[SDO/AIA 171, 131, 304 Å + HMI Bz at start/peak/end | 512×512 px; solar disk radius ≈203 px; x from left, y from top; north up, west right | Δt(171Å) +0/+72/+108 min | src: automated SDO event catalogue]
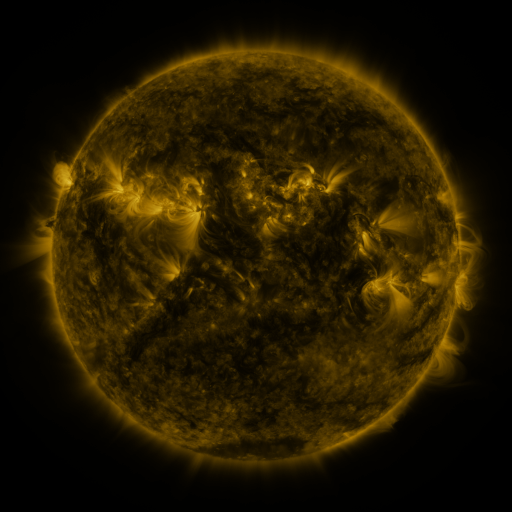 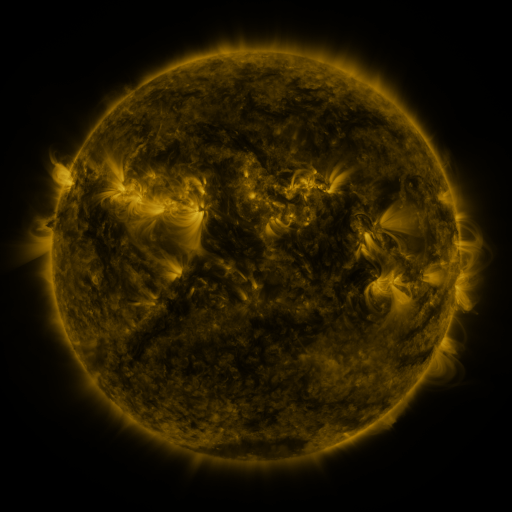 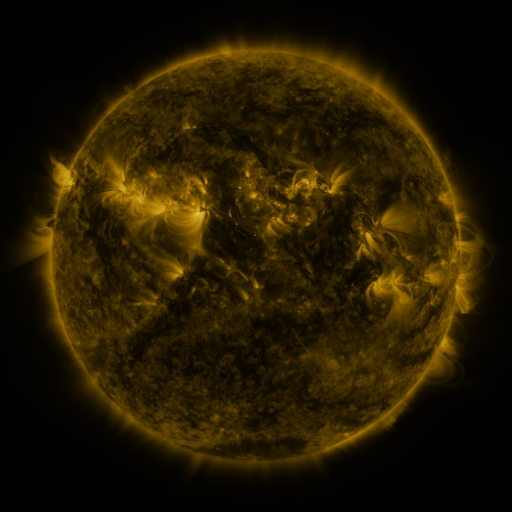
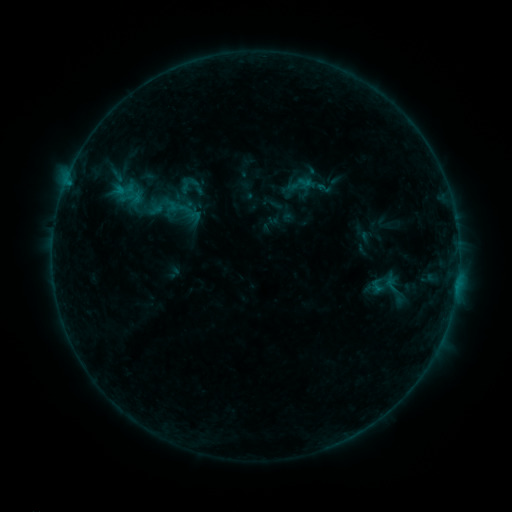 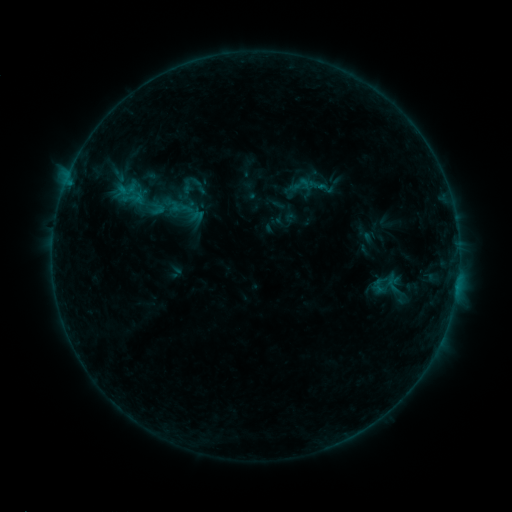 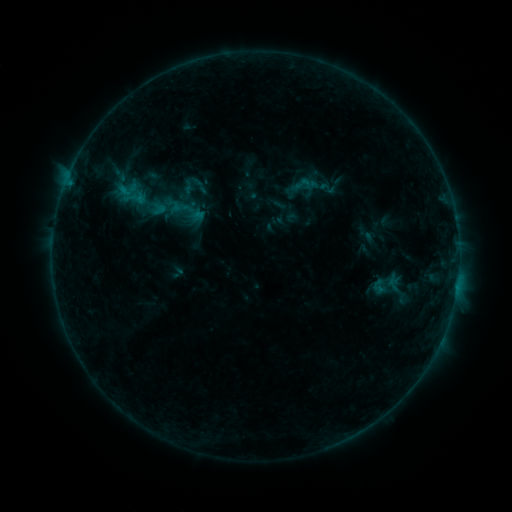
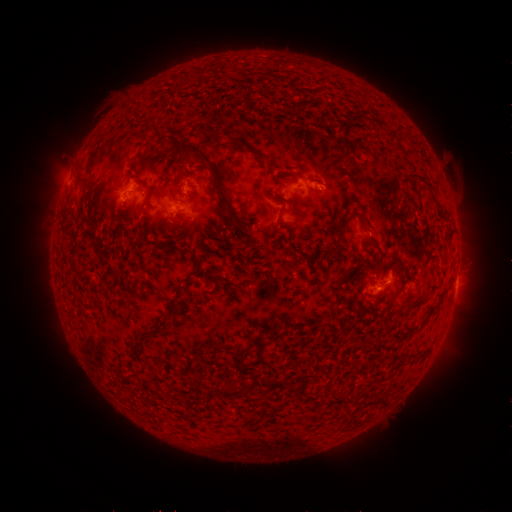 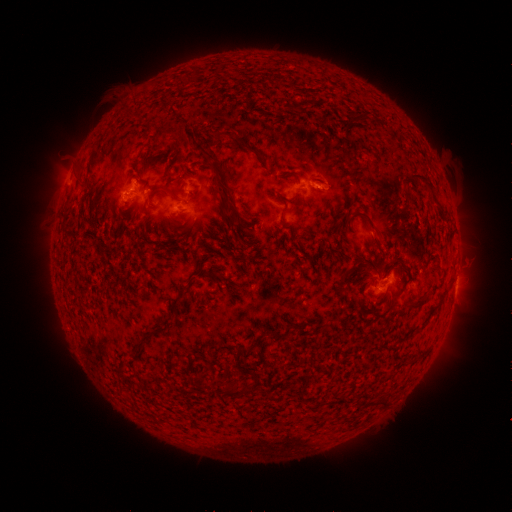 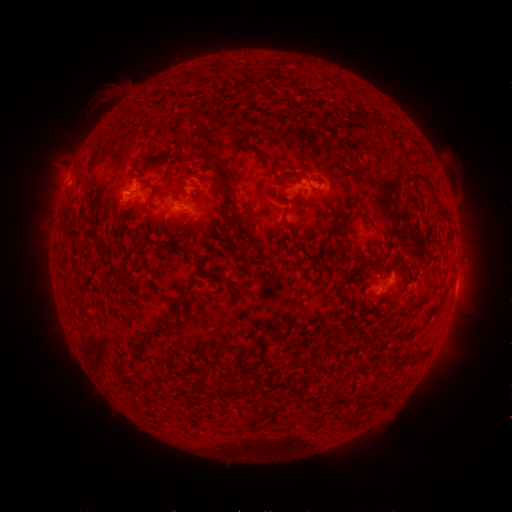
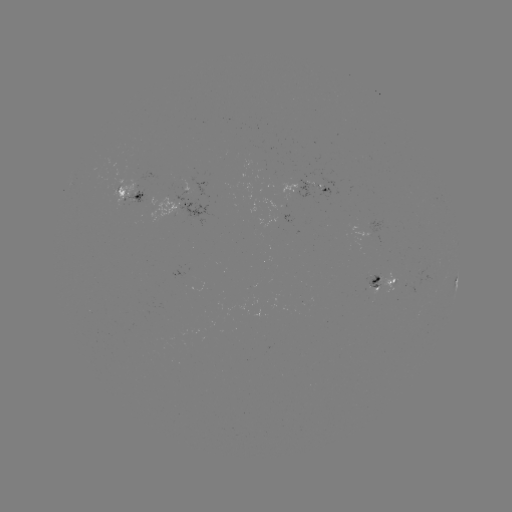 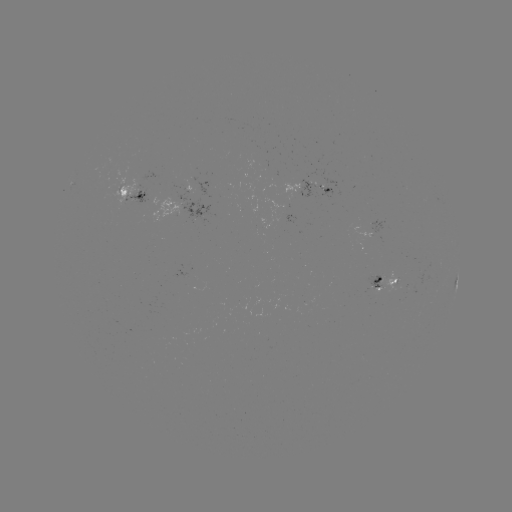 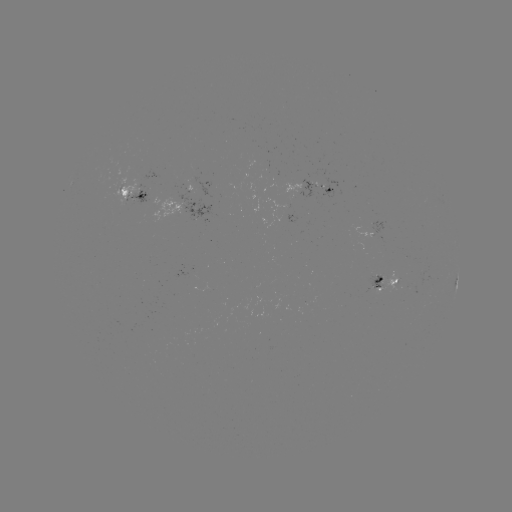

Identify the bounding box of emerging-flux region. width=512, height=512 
[111, 178, 138, 206].